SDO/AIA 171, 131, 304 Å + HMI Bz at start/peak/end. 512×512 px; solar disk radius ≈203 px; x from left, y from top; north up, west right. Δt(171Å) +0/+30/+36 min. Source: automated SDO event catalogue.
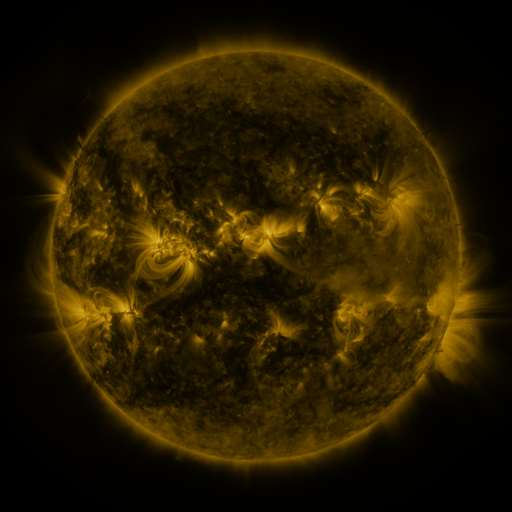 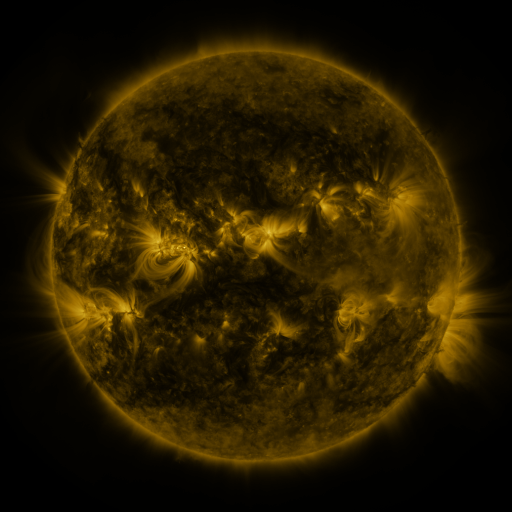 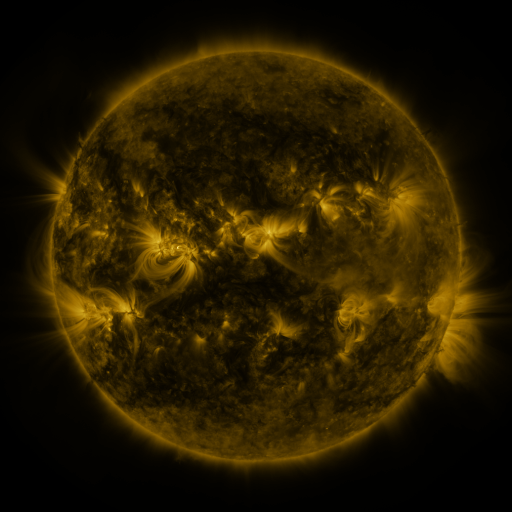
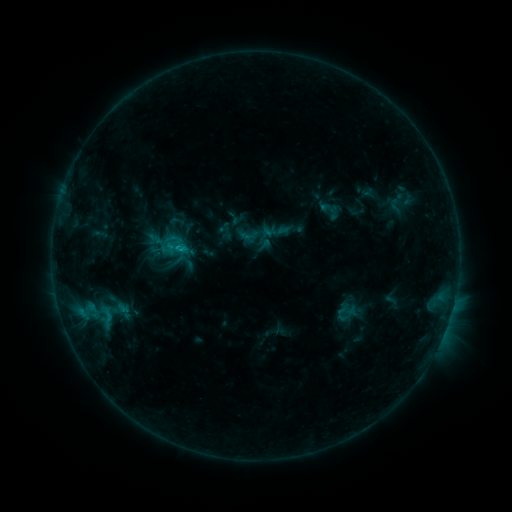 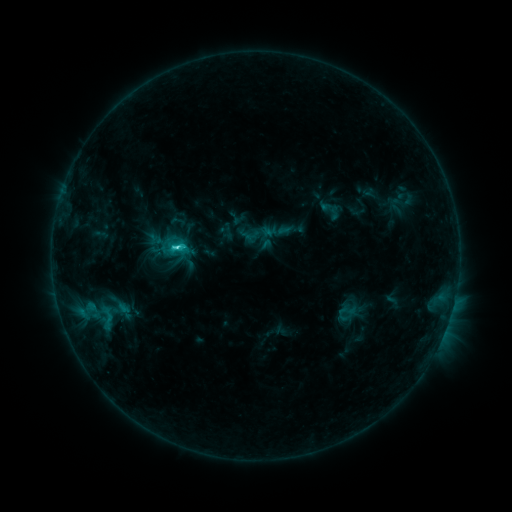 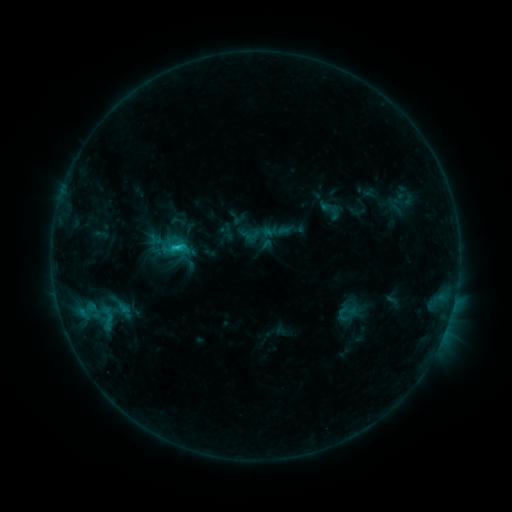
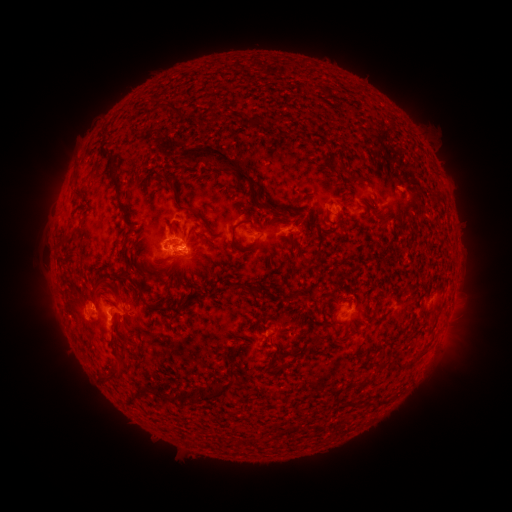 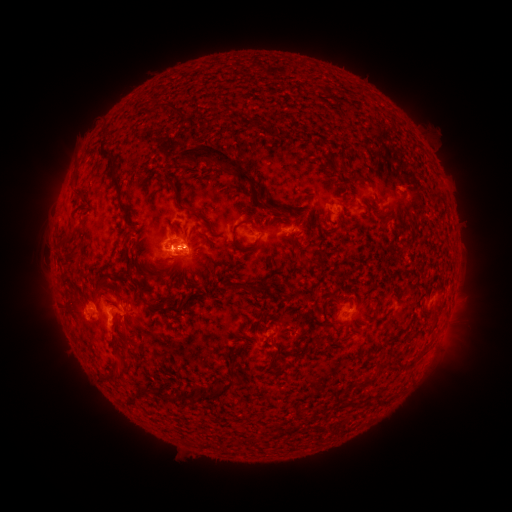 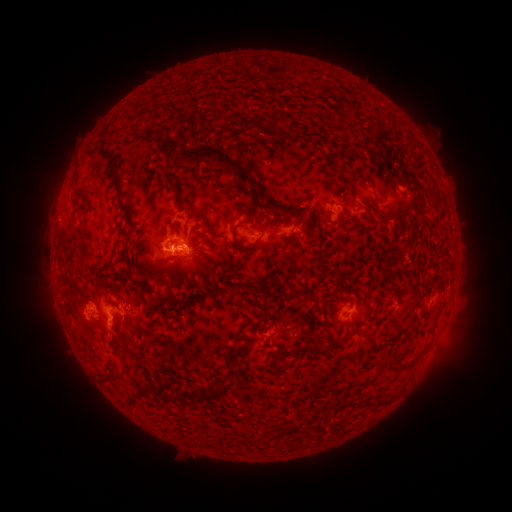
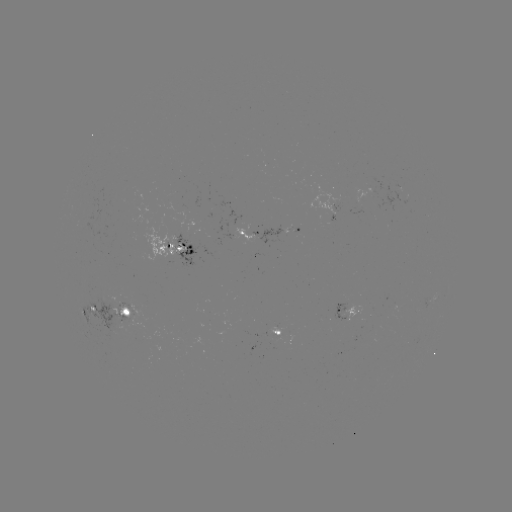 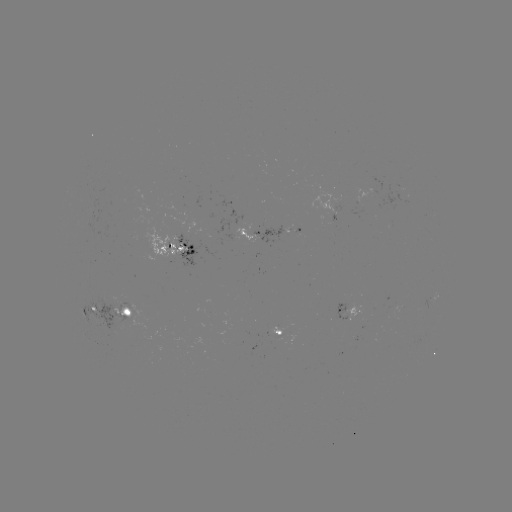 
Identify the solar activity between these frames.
C2.4 flare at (176, 248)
